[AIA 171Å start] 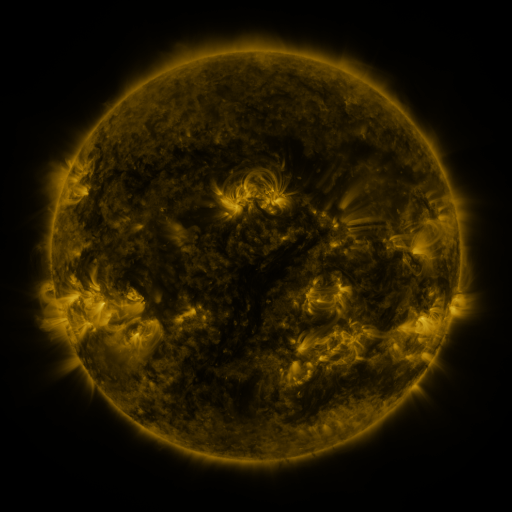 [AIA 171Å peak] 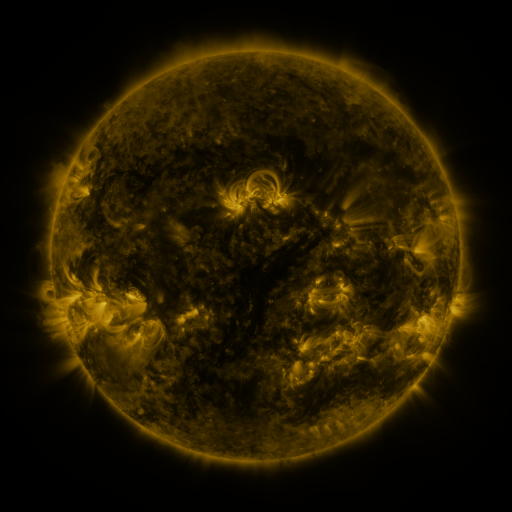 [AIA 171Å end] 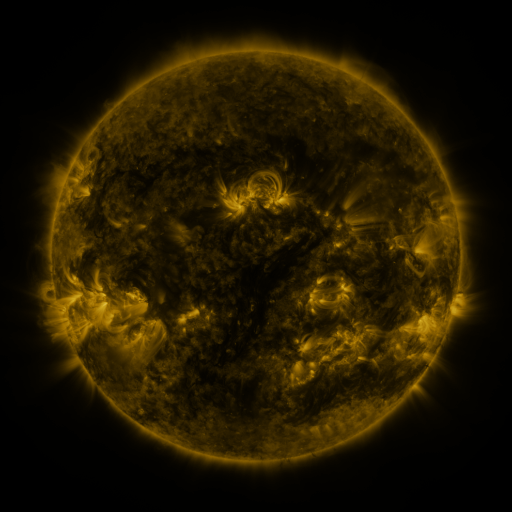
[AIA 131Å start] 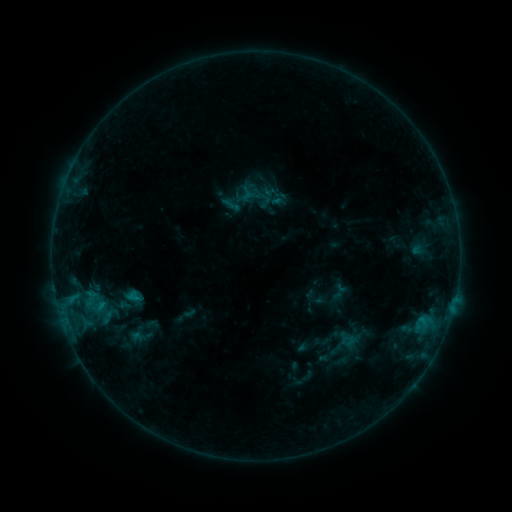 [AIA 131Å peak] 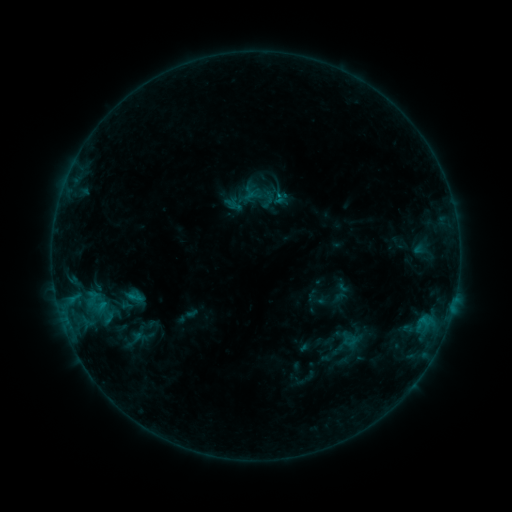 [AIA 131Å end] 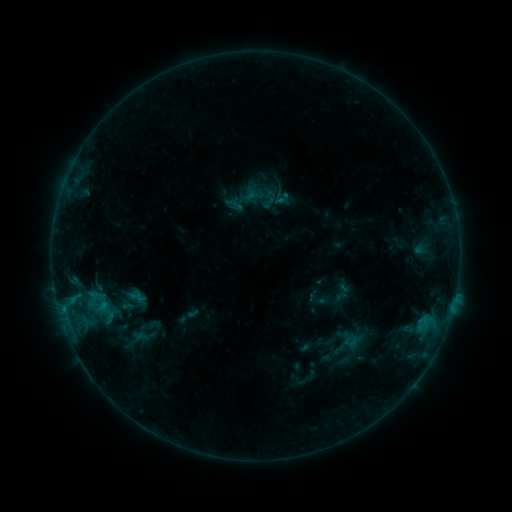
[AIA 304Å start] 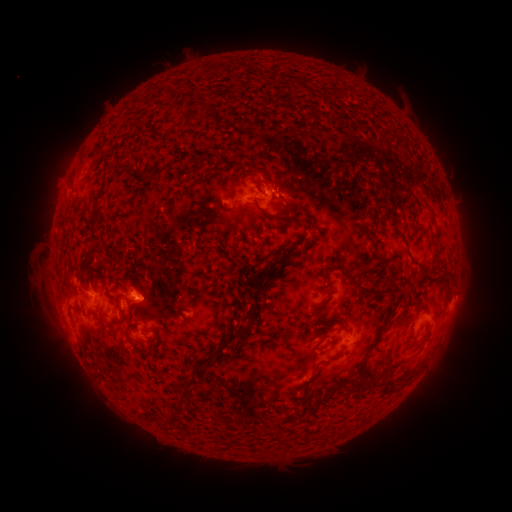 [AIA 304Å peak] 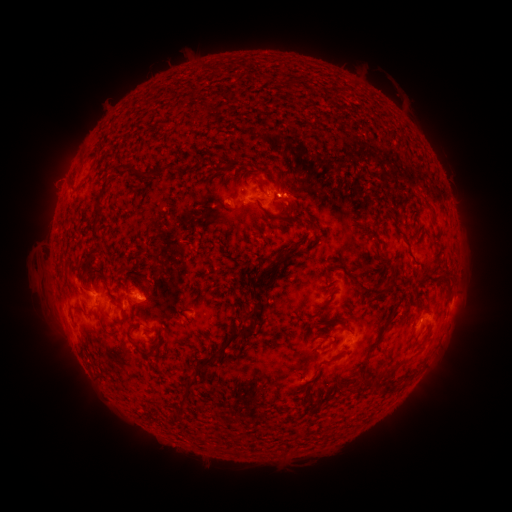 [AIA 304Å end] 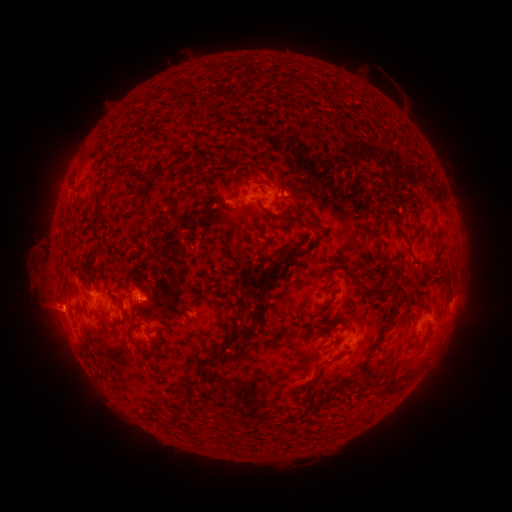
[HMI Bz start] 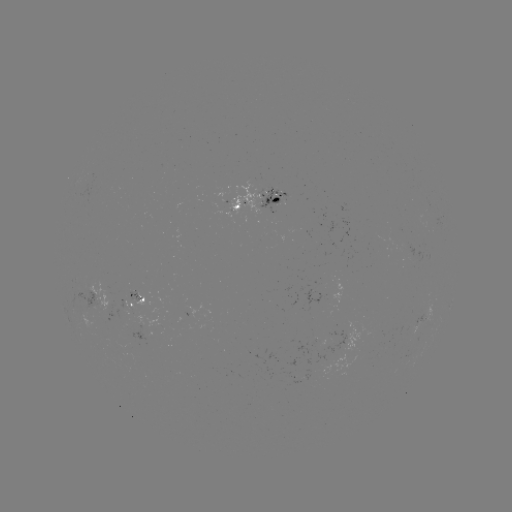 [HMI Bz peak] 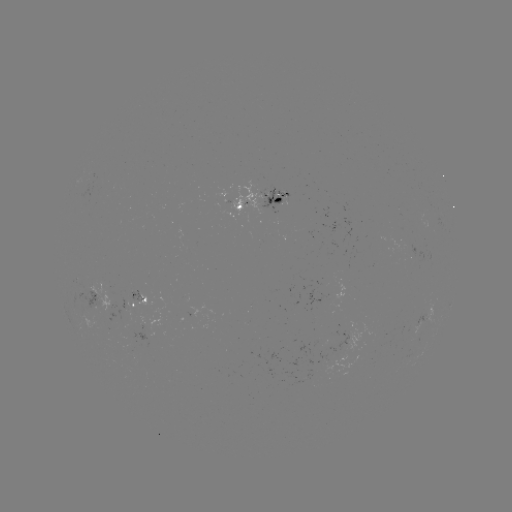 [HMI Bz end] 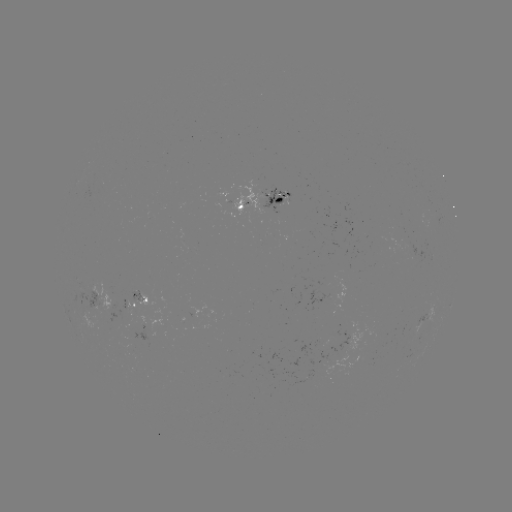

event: emerging-flux region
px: (334, 294)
